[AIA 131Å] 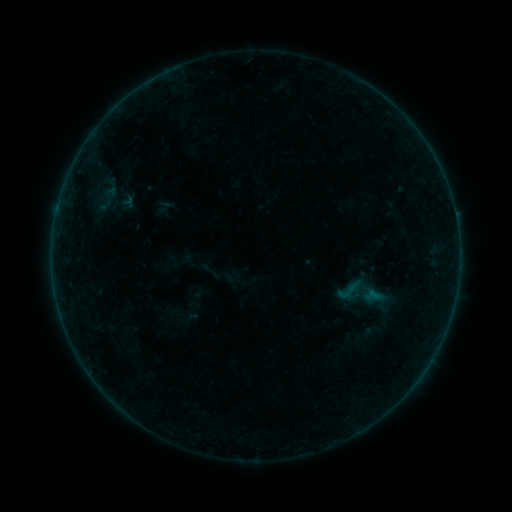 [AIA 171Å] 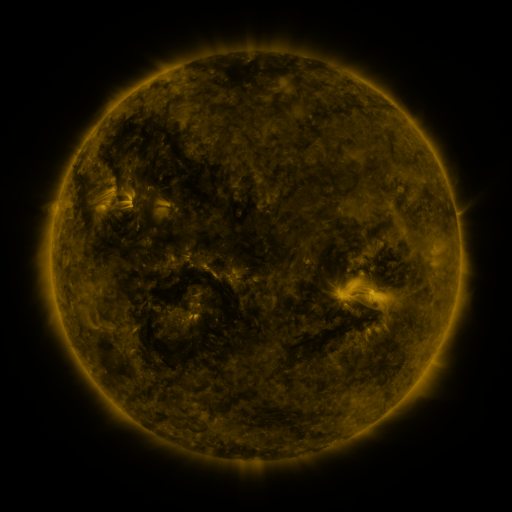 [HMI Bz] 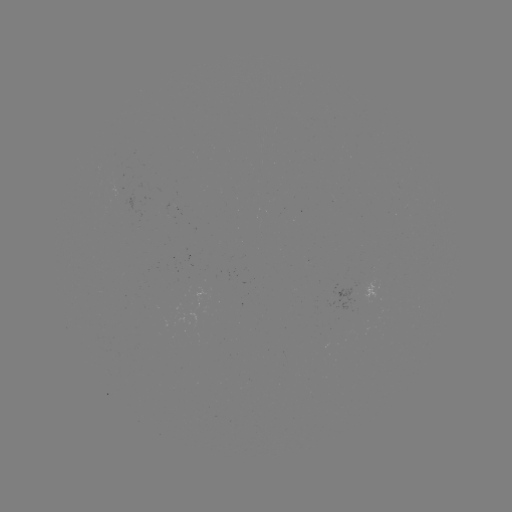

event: sigmoid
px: (349, 290)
